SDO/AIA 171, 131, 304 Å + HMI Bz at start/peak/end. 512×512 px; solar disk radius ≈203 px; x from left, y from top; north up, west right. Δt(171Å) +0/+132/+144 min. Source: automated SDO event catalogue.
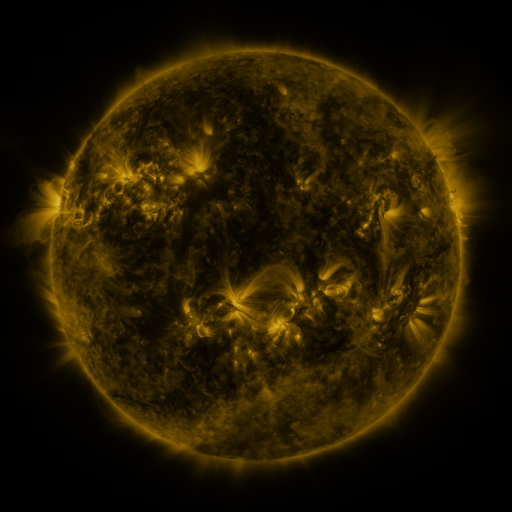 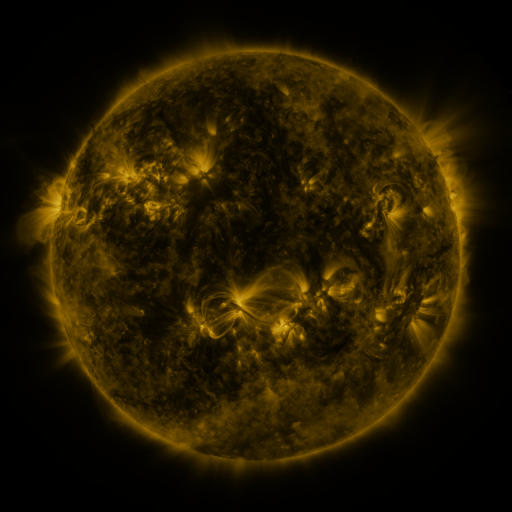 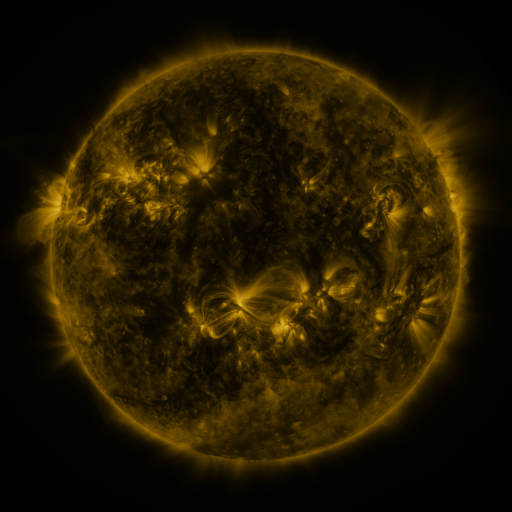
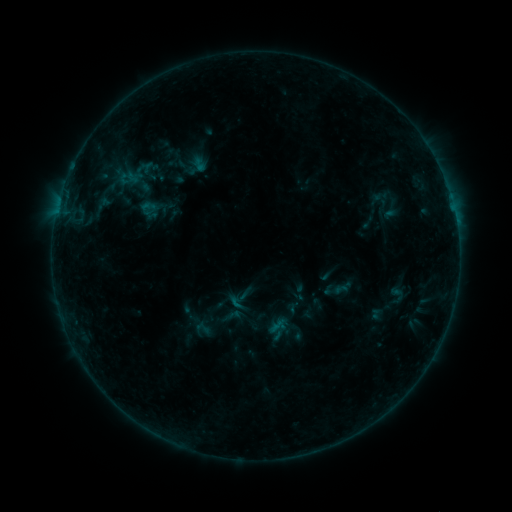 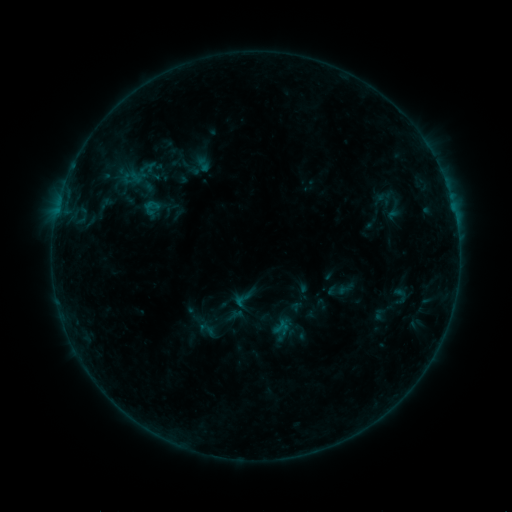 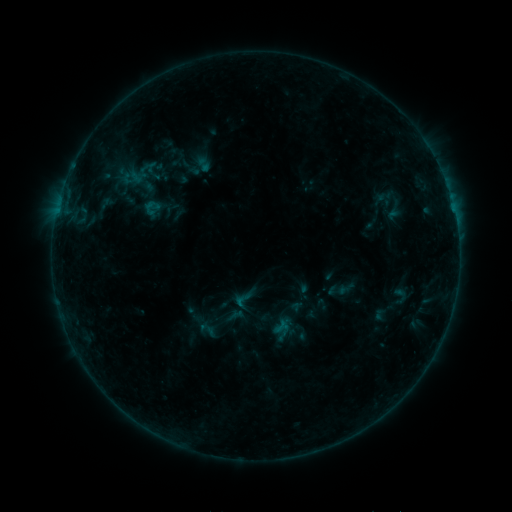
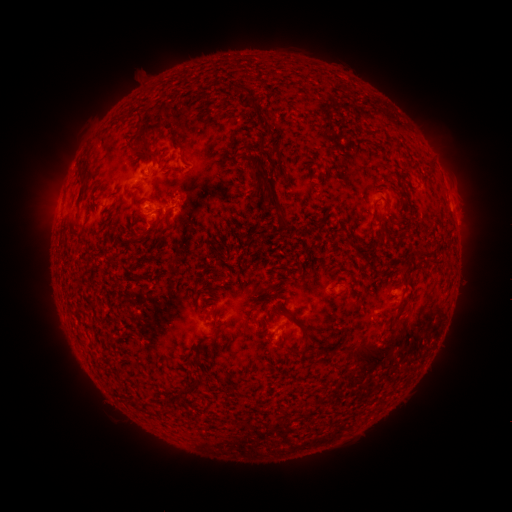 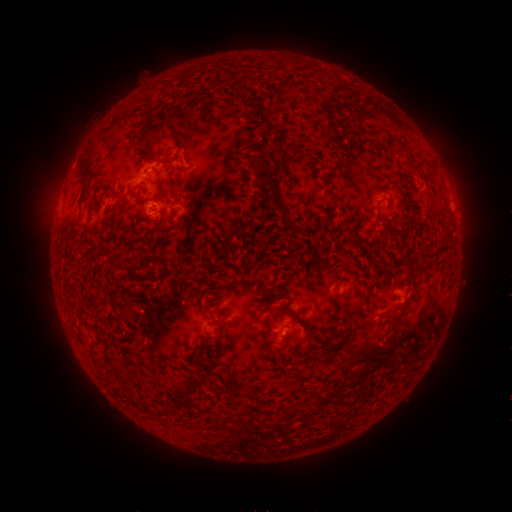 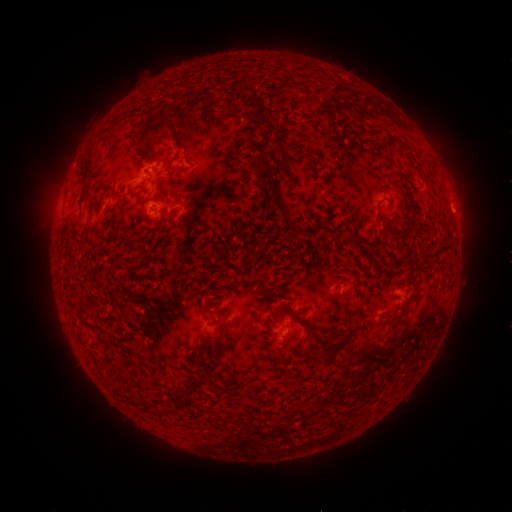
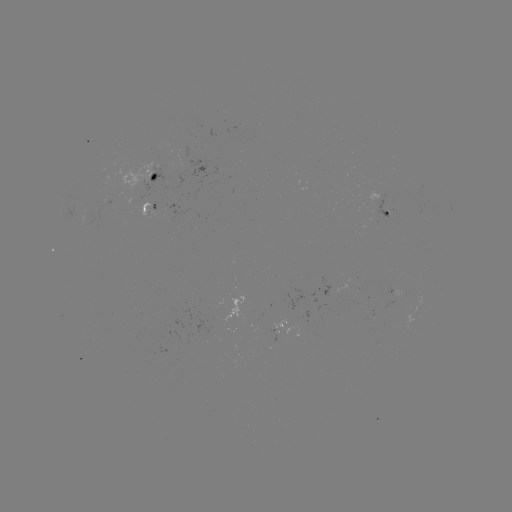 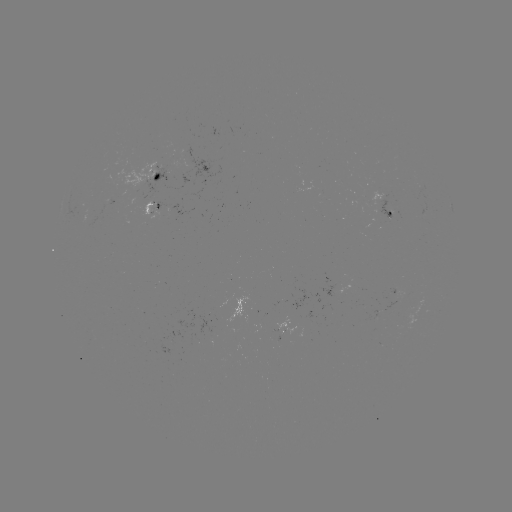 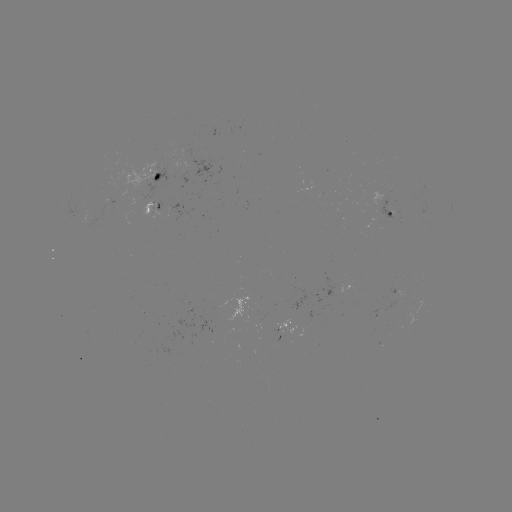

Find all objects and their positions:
emerging-flux region: (381, 210)
